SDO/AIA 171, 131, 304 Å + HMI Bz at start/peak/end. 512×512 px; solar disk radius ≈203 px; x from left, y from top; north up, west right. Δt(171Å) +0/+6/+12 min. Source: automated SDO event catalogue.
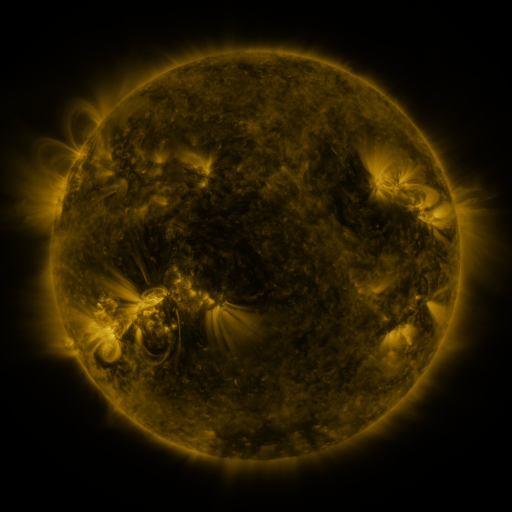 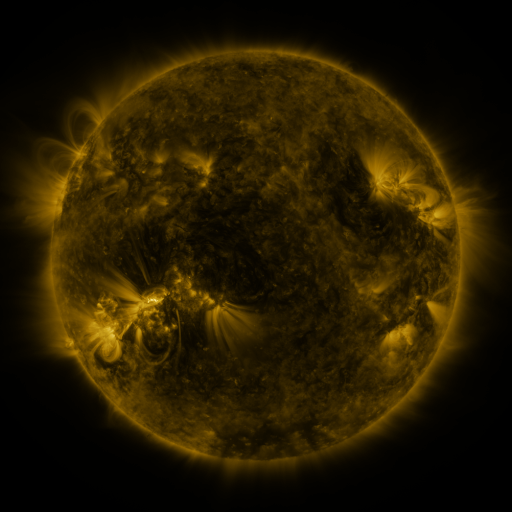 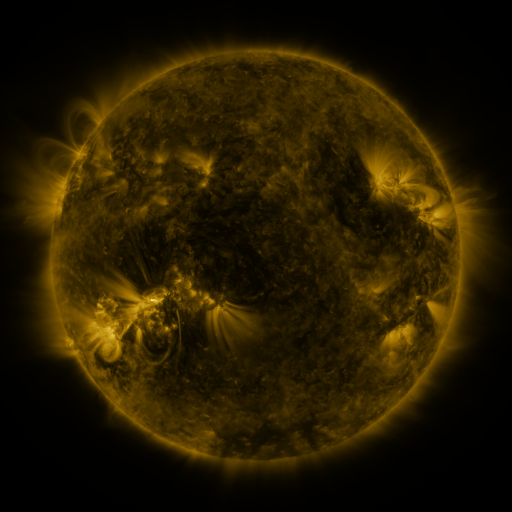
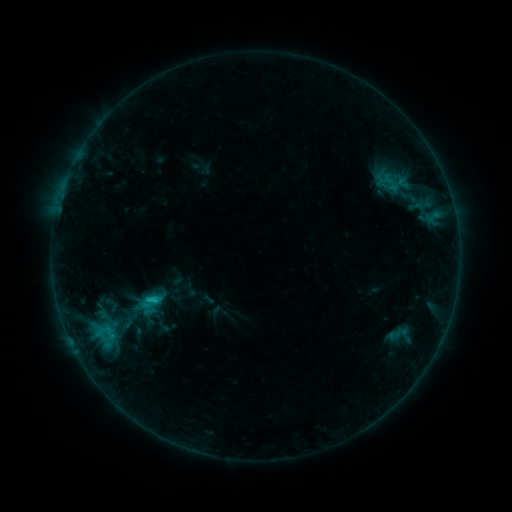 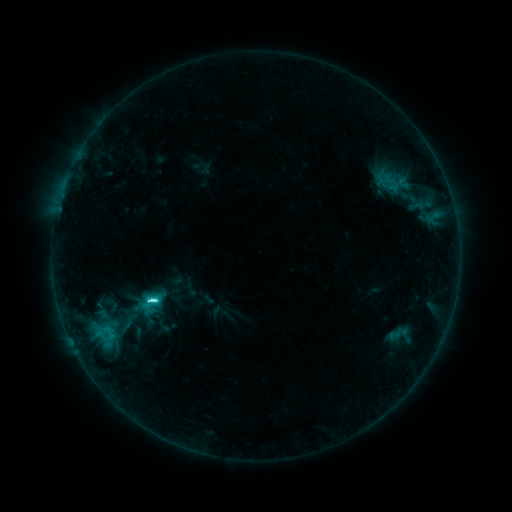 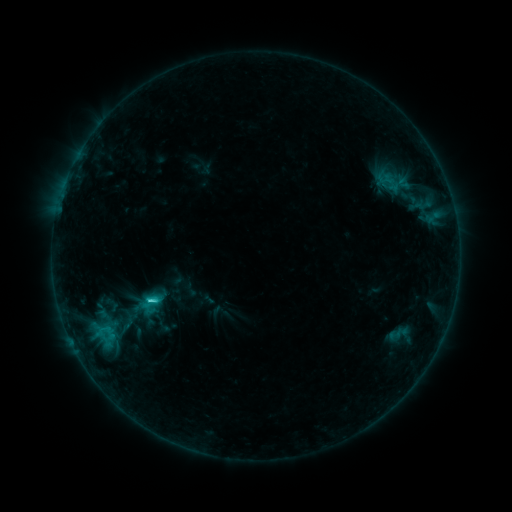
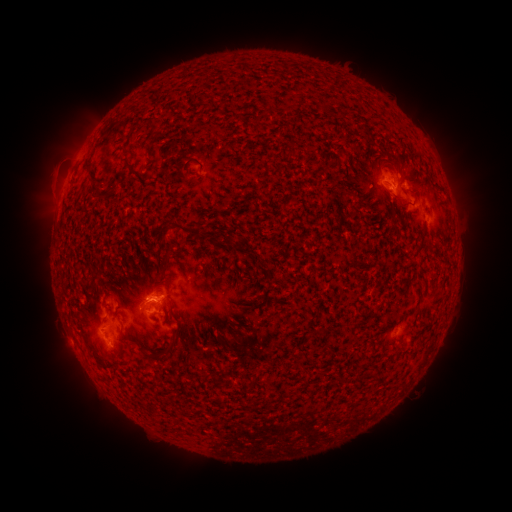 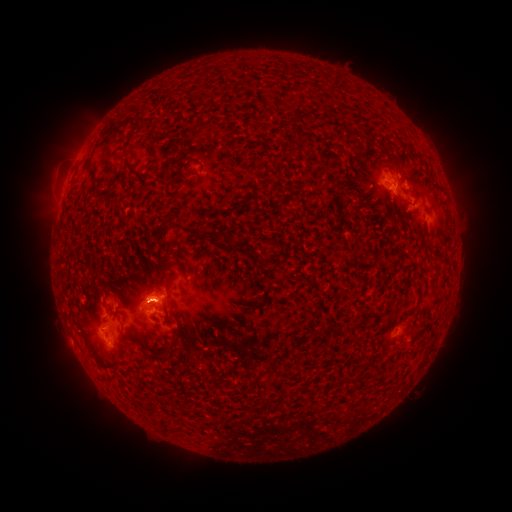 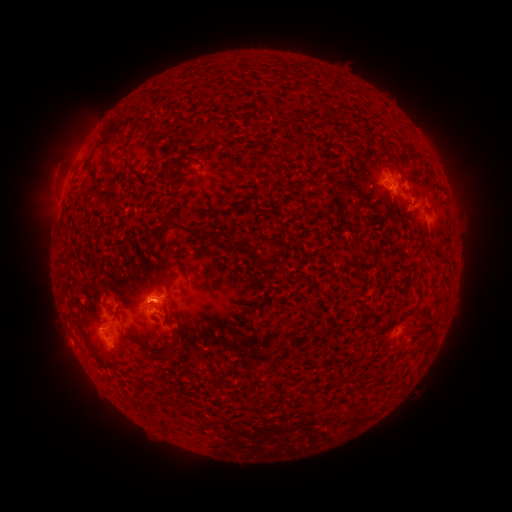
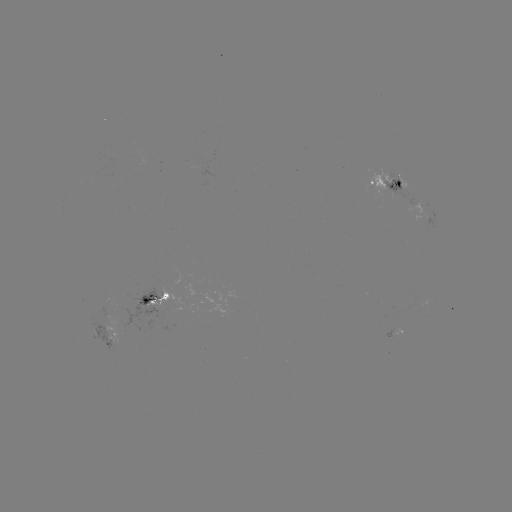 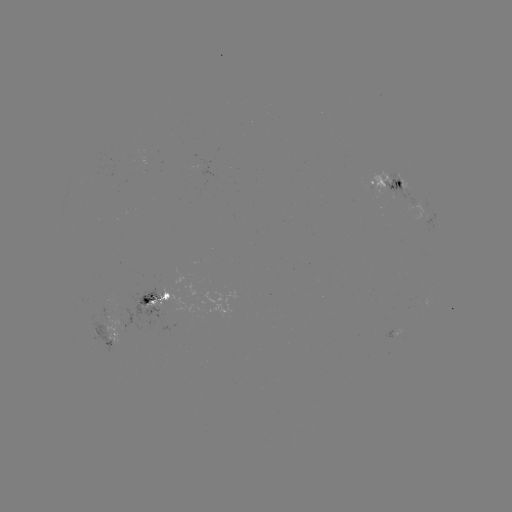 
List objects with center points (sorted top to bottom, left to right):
C3.6 flare: (152, 297)
